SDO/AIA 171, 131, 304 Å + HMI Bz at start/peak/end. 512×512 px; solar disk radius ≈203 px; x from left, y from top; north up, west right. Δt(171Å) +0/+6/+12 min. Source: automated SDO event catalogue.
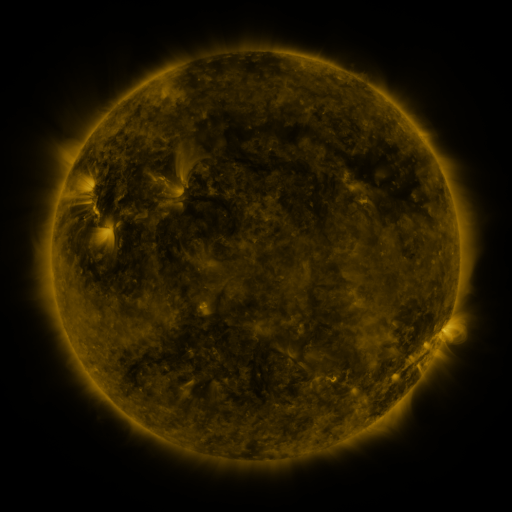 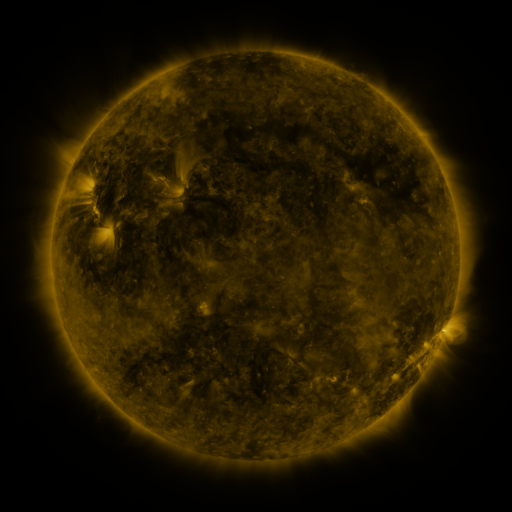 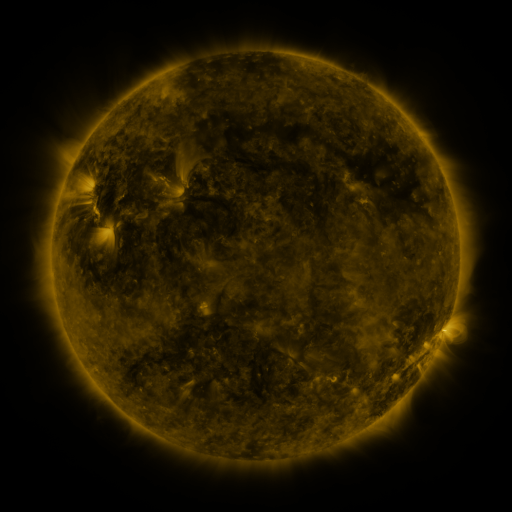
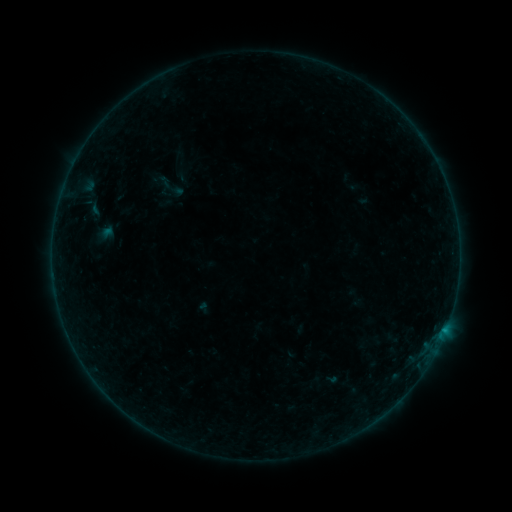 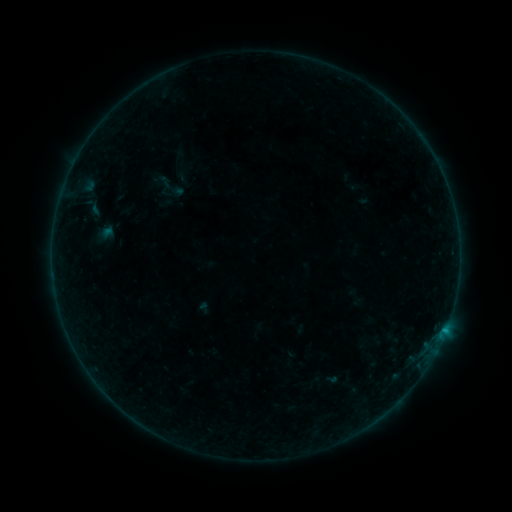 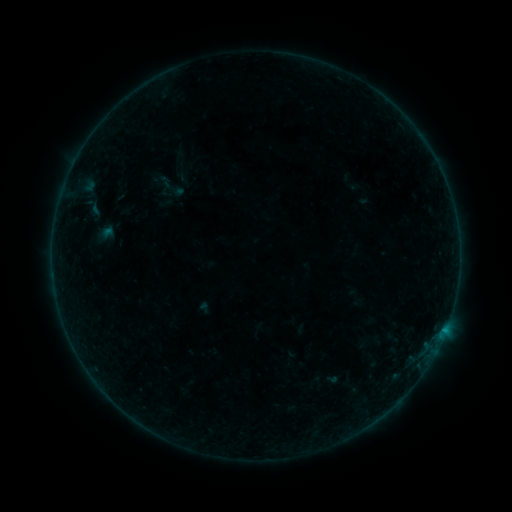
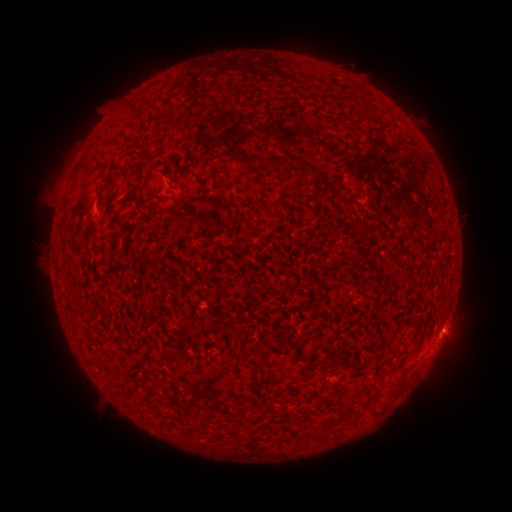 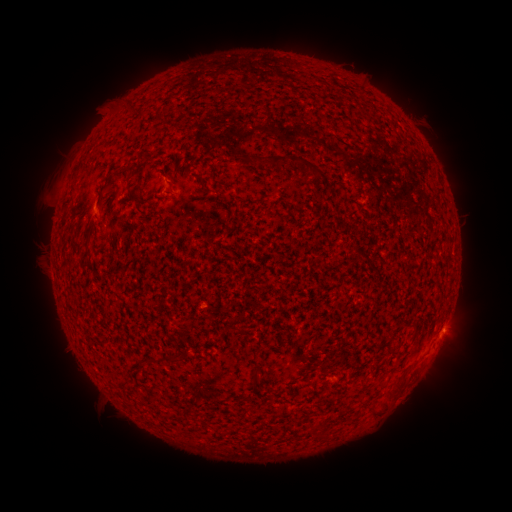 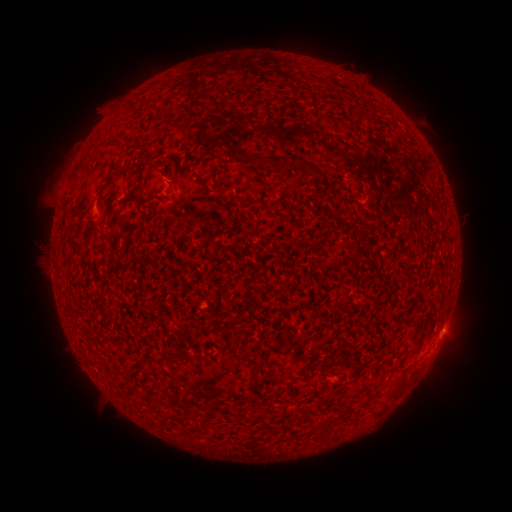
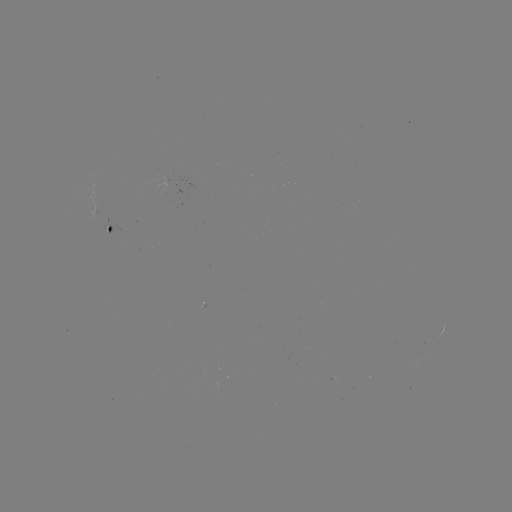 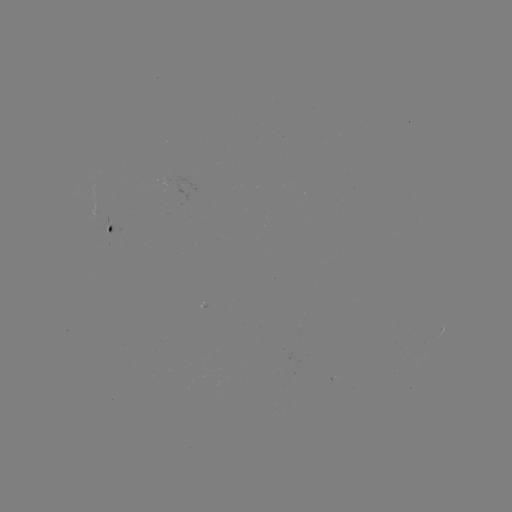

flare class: B1.6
